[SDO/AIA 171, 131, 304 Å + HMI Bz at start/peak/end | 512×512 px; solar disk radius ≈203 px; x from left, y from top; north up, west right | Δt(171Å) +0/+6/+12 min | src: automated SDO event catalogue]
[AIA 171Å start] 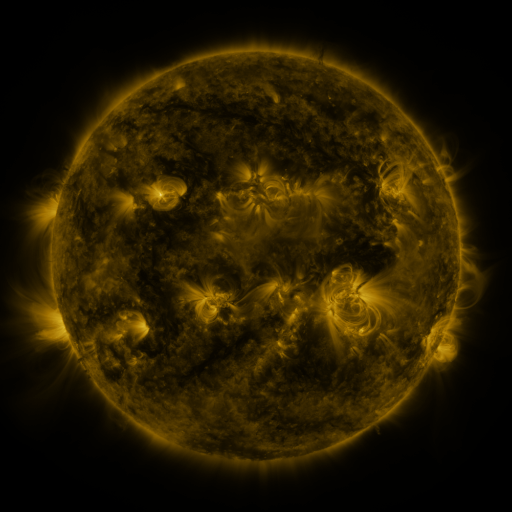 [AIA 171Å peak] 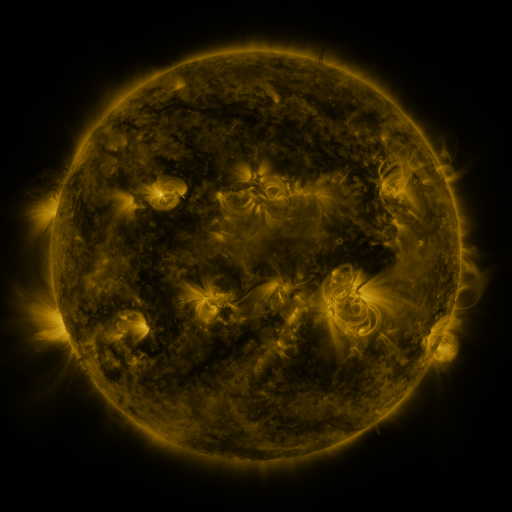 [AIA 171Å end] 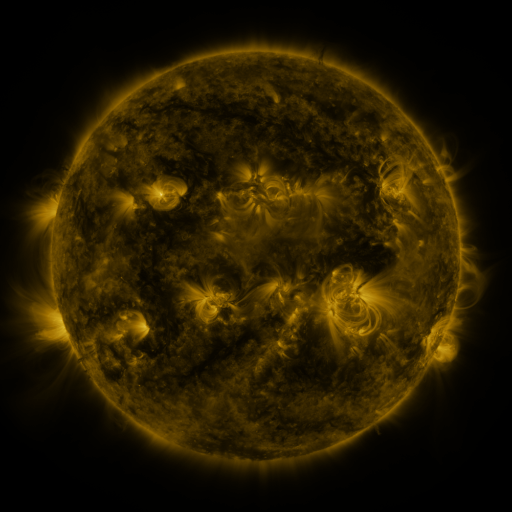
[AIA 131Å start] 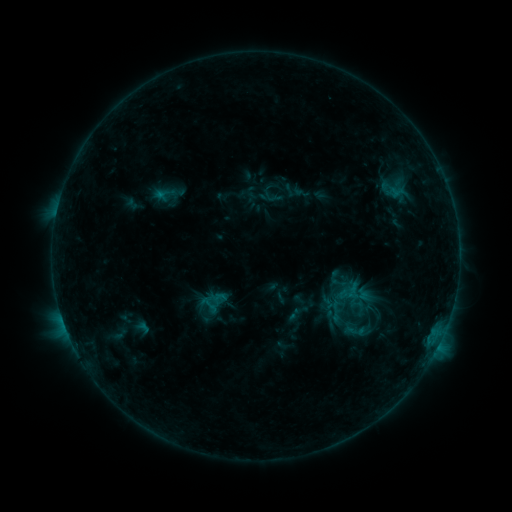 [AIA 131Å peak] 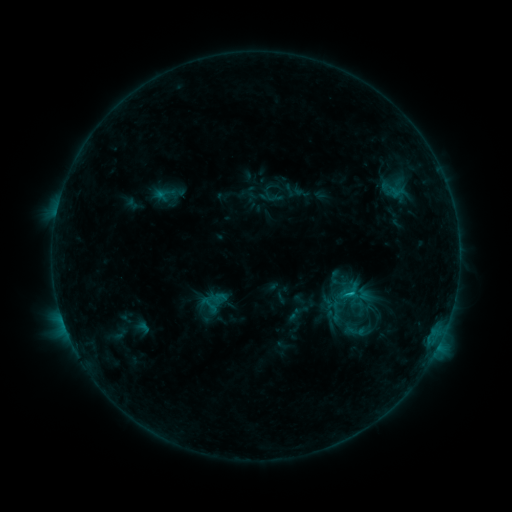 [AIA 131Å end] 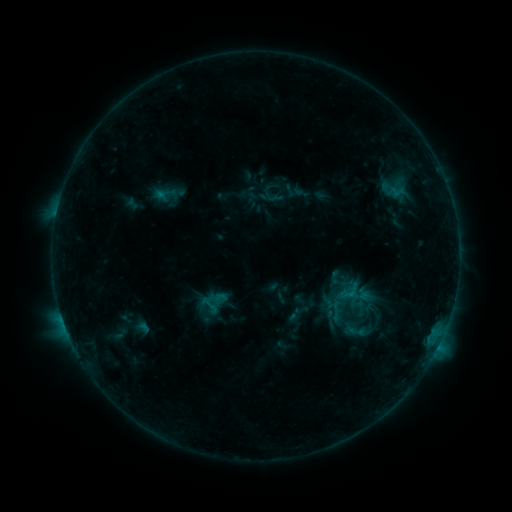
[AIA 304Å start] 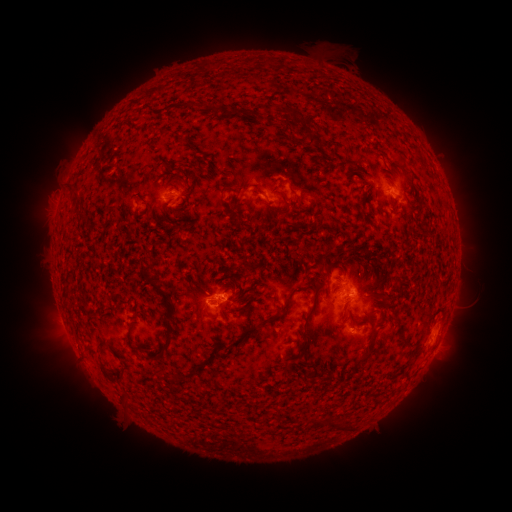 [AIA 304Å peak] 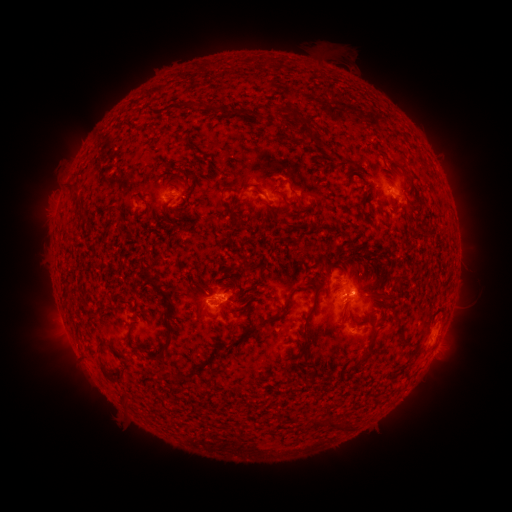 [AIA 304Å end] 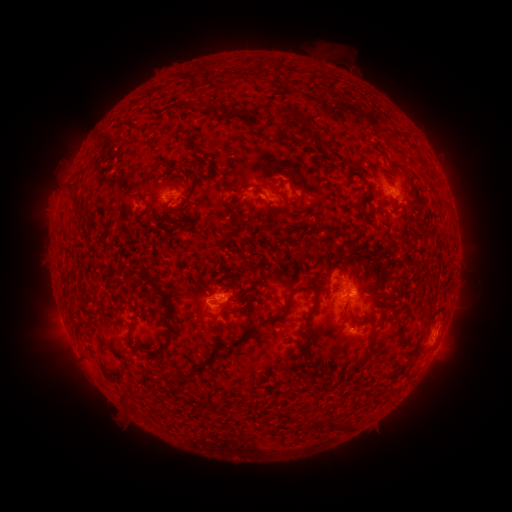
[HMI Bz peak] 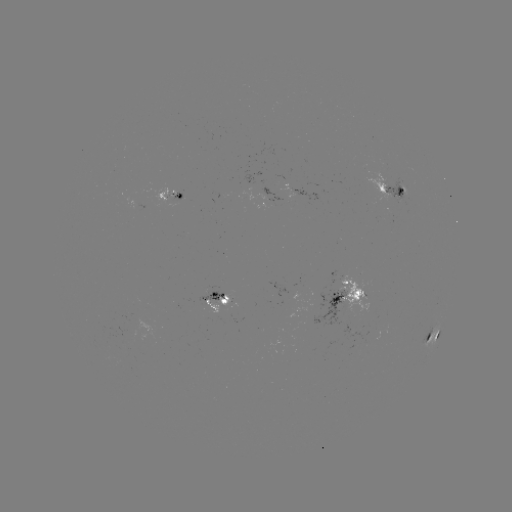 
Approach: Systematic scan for B7.5 flare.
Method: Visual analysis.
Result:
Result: B7.5 flare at (348, 293).